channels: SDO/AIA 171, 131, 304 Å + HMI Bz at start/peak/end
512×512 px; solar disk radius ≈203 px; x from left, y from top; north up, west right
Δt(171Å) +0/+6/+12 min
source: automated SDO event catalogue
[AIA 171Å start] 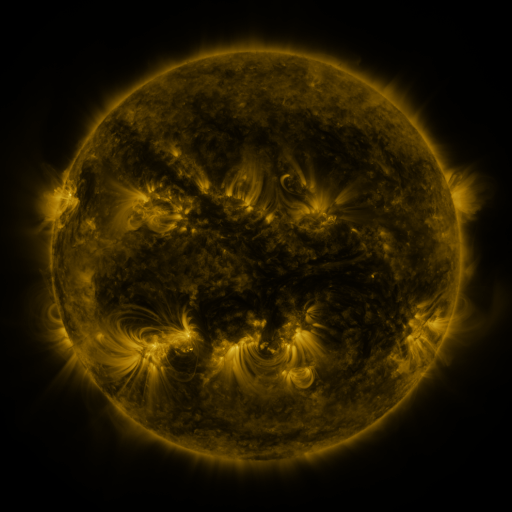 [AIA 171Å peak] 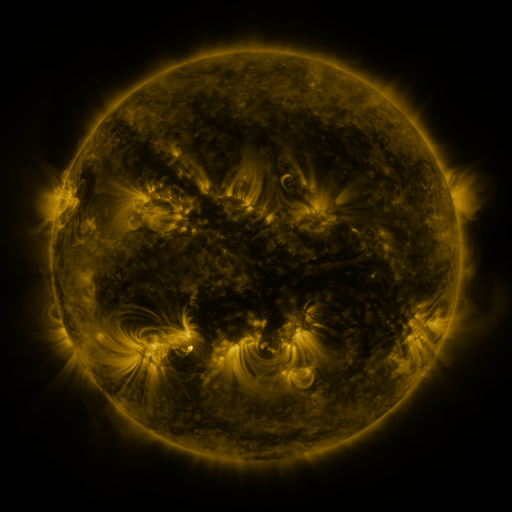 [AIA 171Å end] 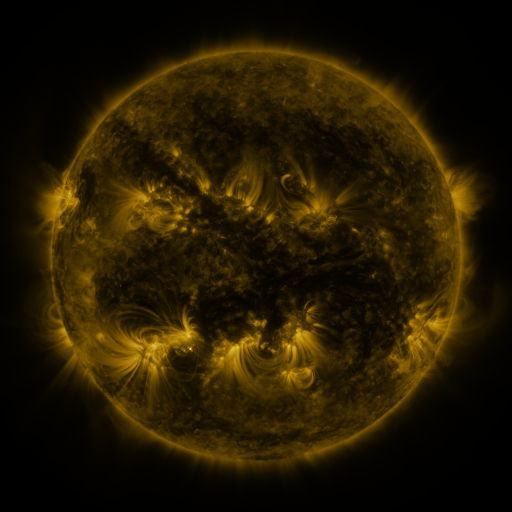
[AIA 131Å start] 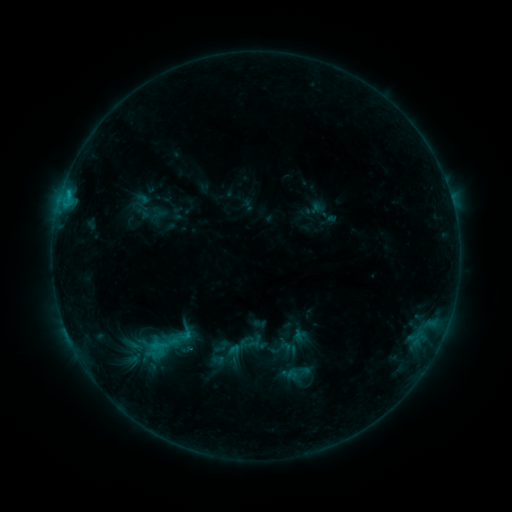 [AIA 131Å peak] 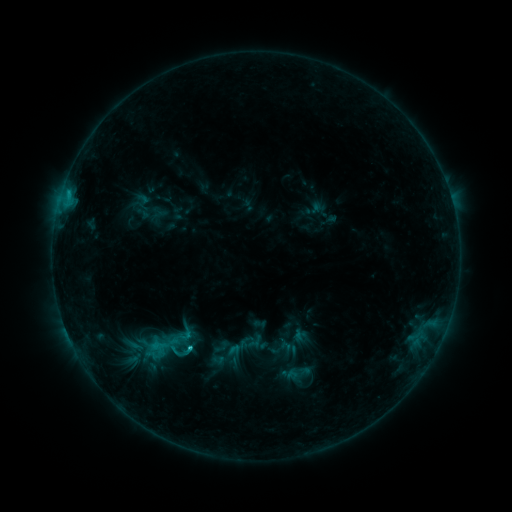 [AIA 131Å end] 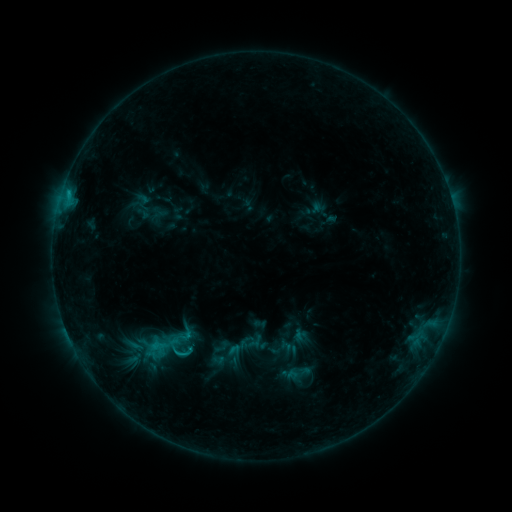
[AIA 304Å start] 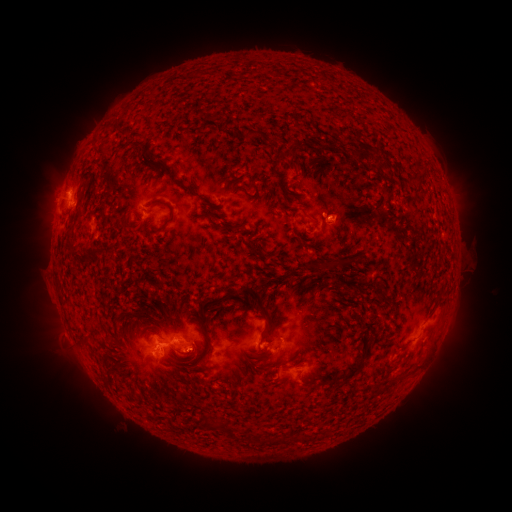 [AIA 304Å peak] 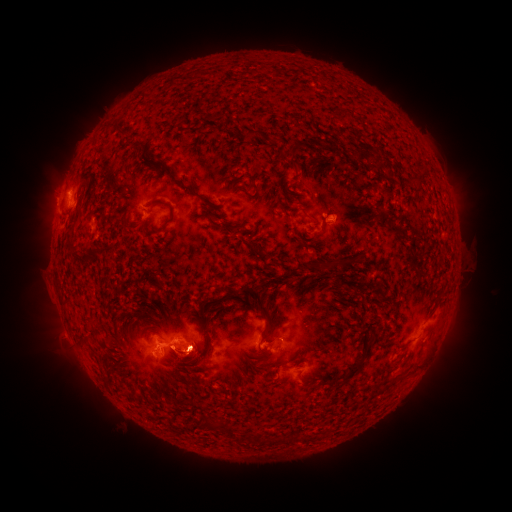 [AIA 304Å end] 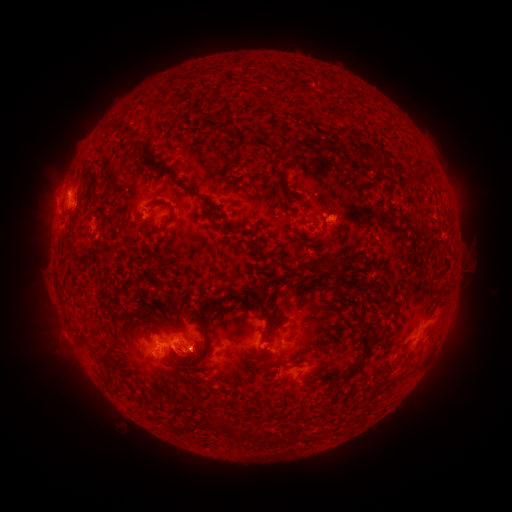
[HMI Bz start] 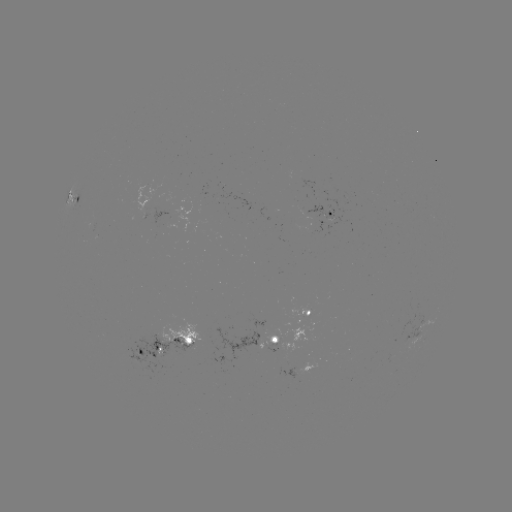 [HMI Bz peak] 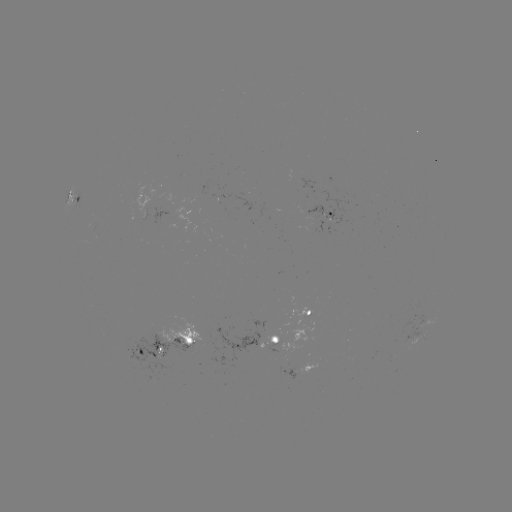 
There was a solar eruption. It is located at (188, 351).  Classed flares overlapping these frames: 1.